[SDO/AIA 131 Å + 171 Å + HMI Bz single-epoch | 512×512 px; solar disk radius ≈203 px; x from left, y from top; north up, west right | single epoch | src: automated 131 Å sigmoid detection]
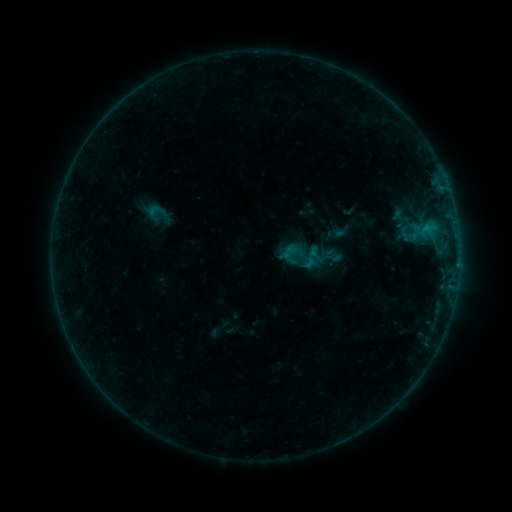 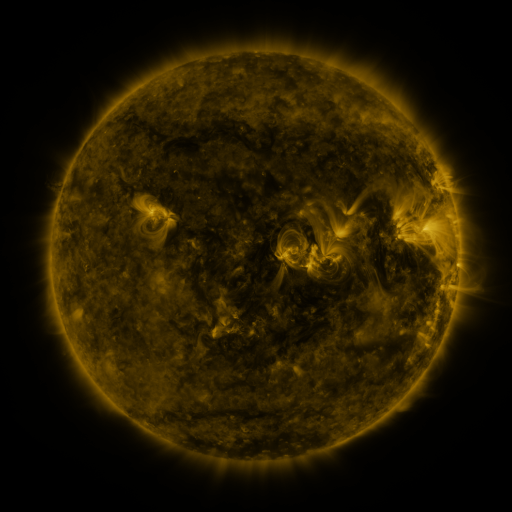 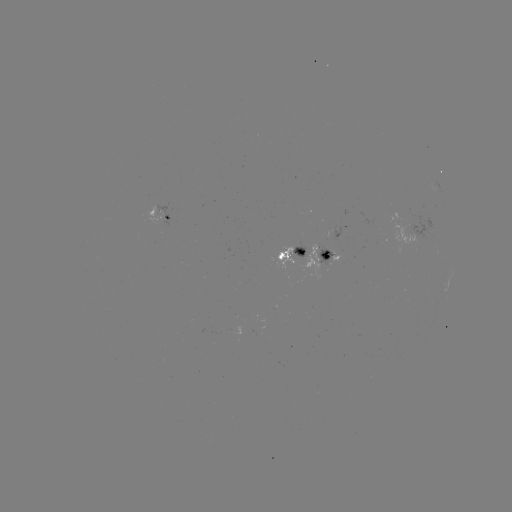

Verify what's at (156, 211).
sigmoid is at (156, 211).